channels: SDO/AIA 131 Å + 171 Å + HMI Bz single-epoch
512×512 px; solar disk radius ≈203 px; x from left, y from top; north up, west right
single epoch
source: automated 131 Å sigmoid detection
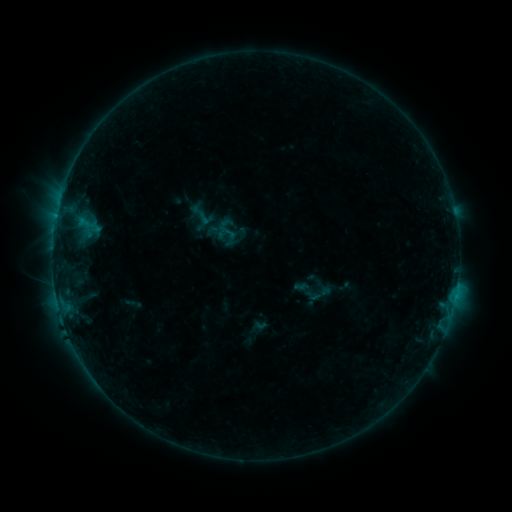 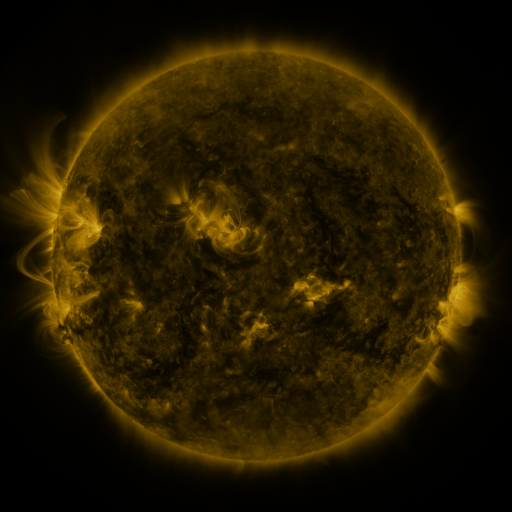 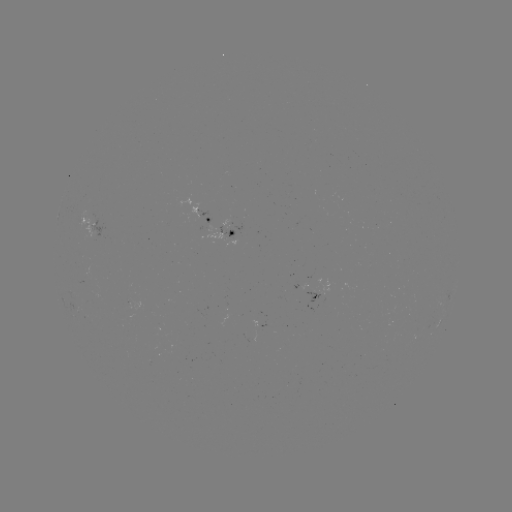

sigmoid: (190, 203, 209, 223)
